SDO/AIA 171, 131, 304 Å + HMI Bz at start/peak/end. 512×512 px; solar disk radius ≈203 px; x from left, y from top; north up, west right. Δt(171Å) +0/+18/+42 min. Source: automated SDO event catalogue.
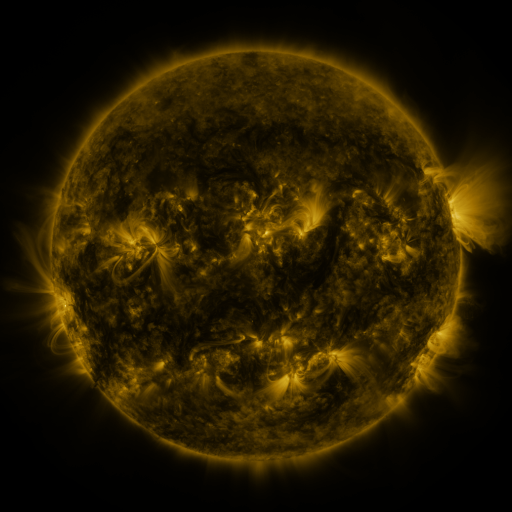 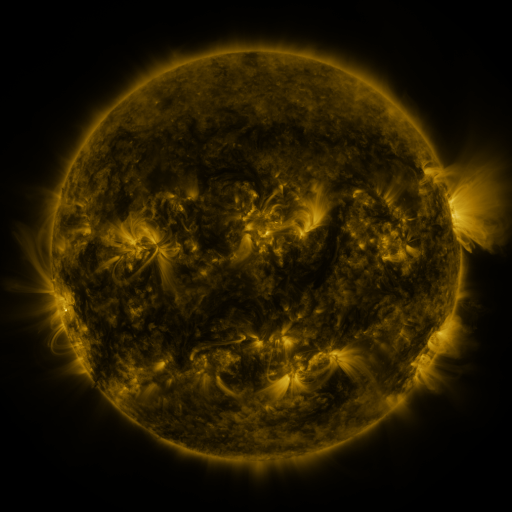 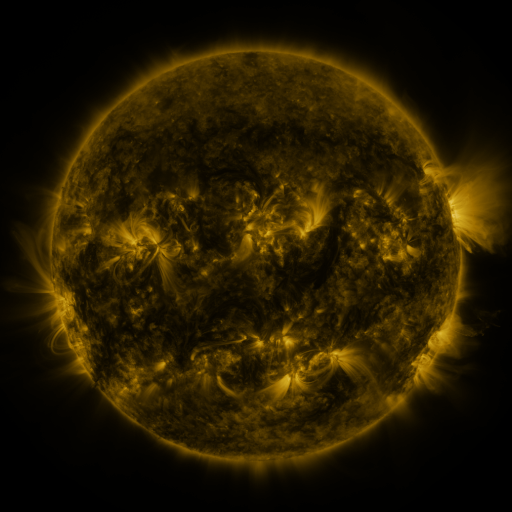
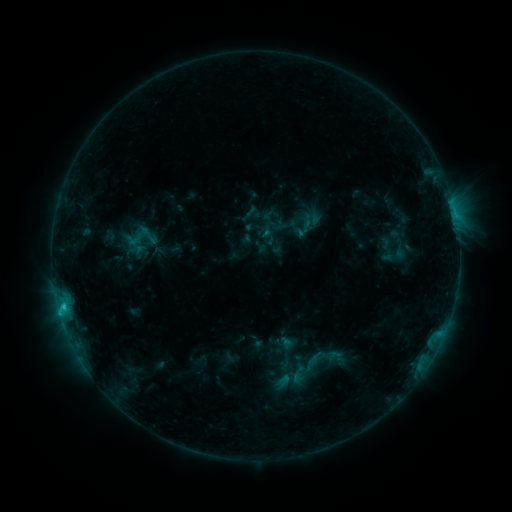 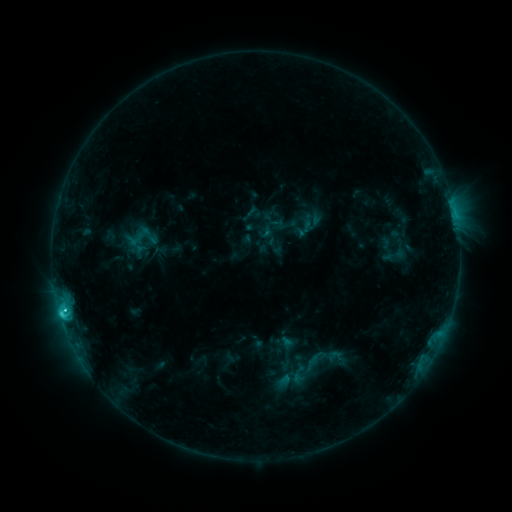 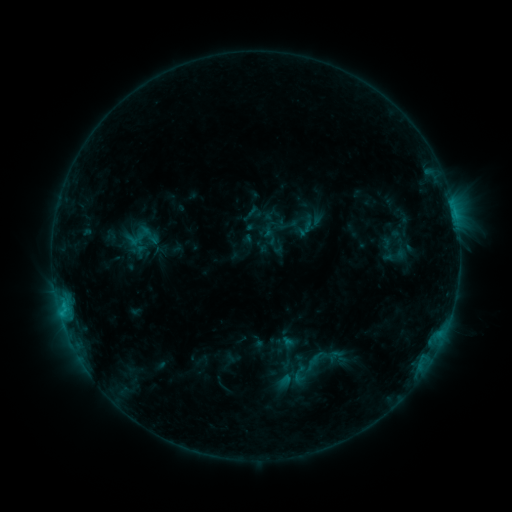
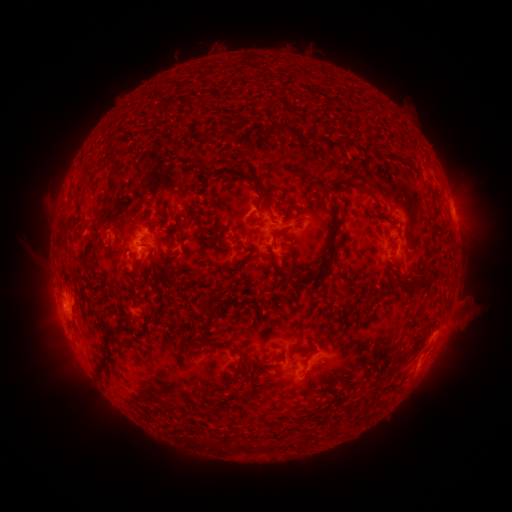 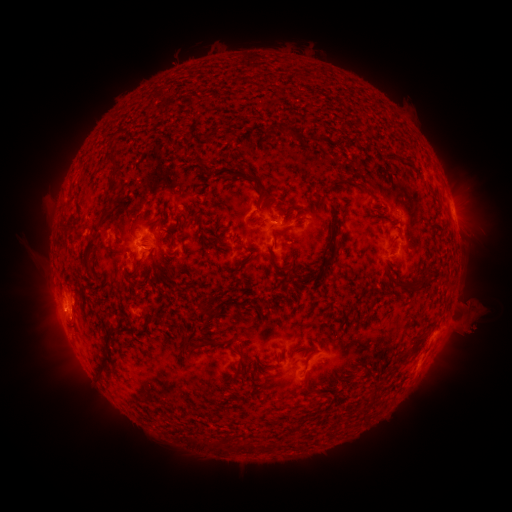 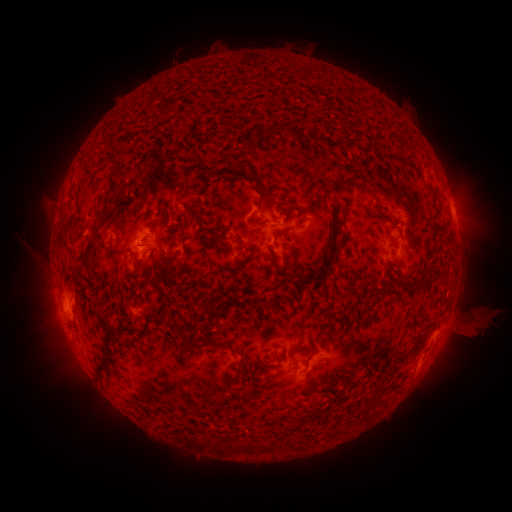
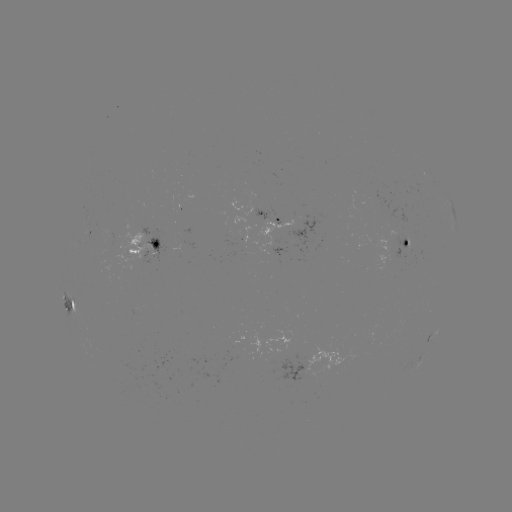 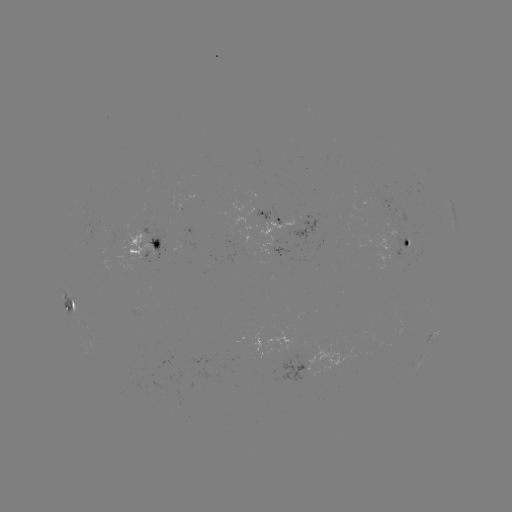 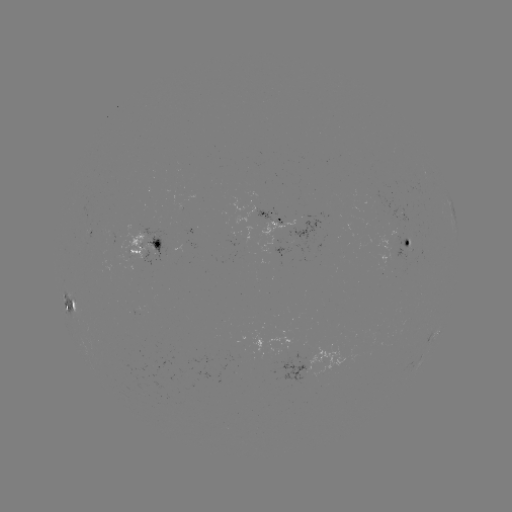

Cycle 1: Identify eruption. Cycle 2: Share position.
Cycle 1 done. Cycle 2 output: (473, 326).